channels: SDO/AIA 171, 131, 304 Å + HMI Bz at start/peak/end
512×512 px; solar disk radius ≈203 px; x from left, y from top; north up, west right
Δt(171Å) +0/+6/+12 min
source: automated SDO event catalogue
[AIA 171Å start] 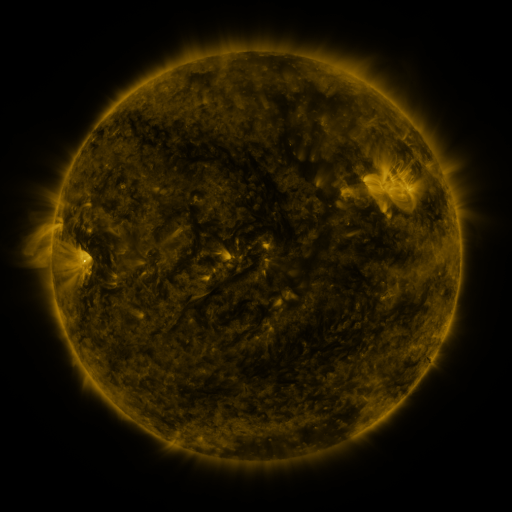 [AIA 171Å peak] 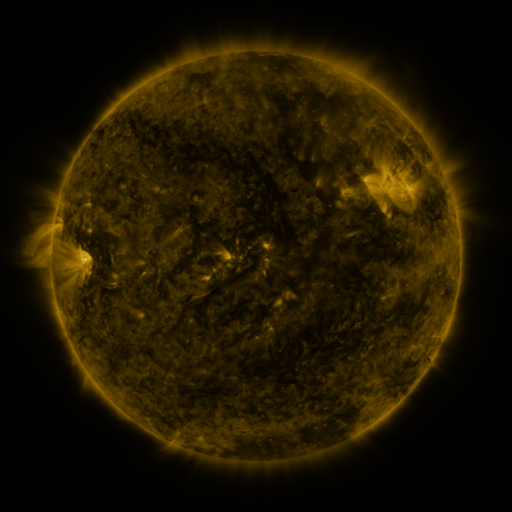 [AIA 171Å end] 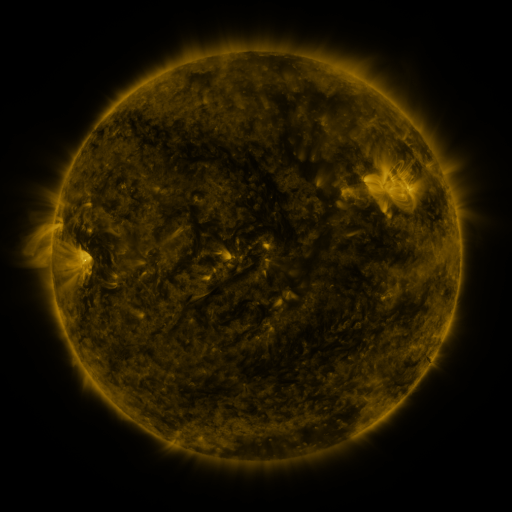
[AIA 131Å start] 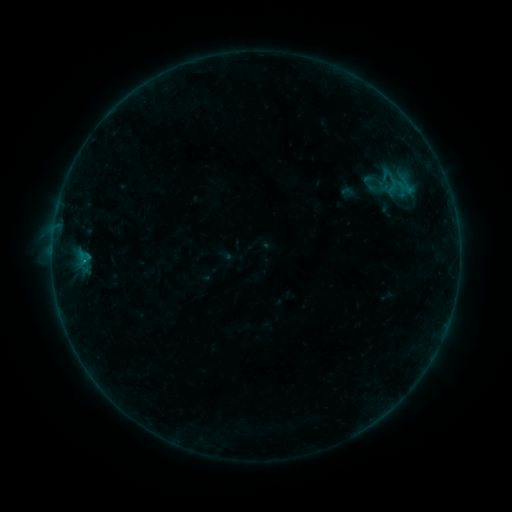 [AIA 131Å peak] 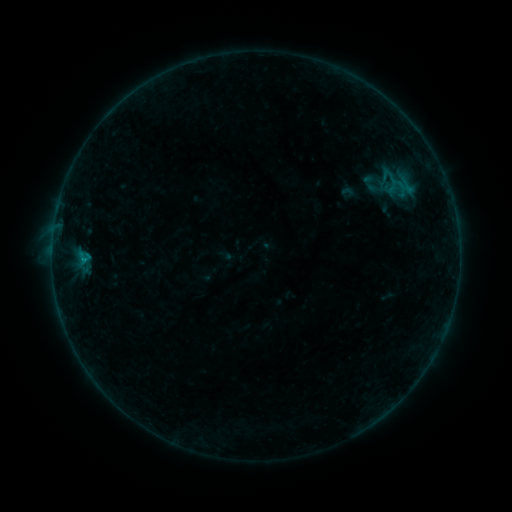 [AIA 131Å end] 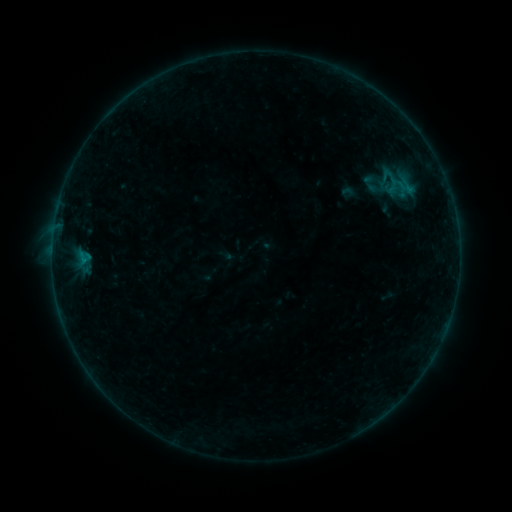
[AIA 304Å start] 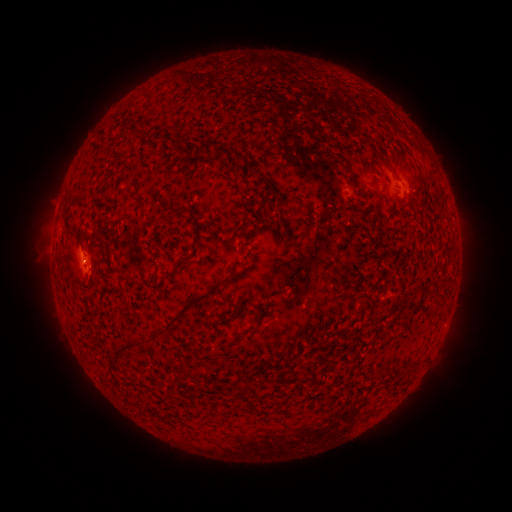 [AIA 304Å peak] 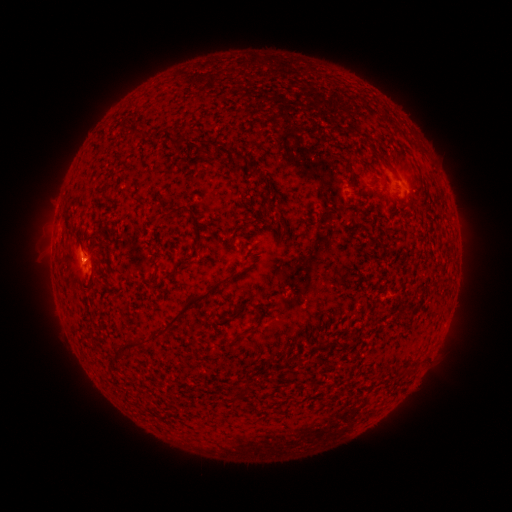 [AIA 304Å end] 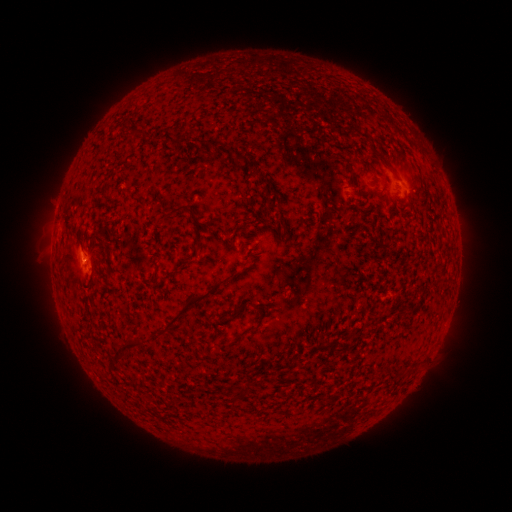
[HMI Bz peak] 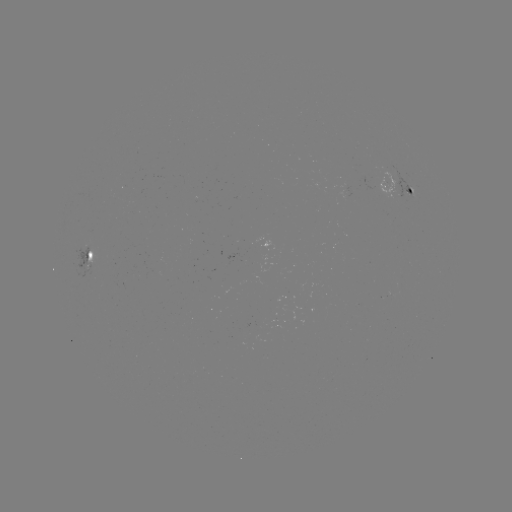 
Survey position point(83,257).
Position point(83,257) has B1.7 flare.